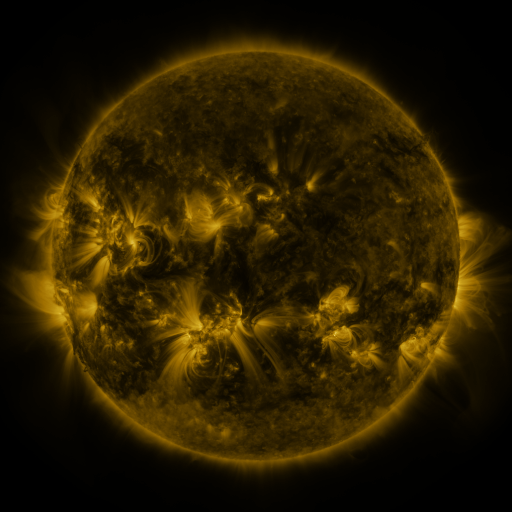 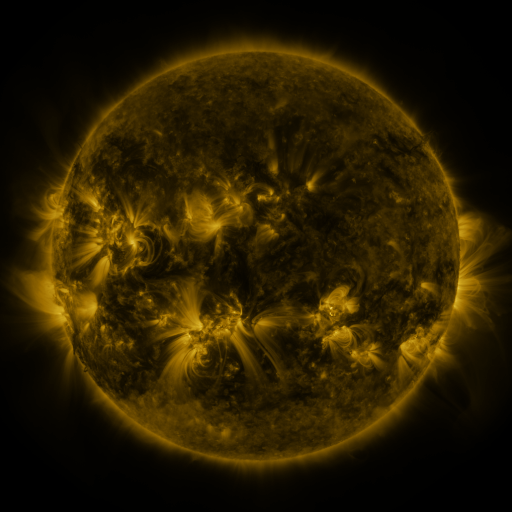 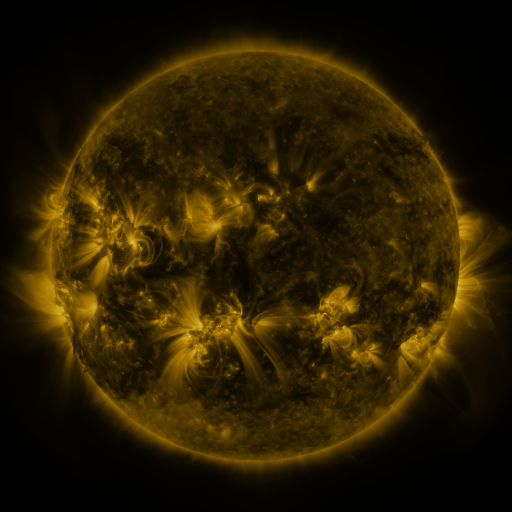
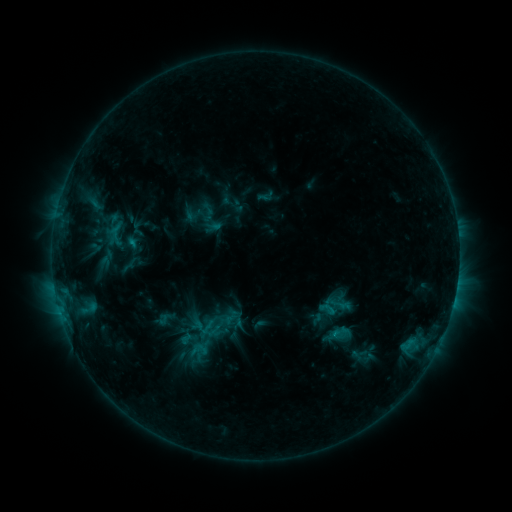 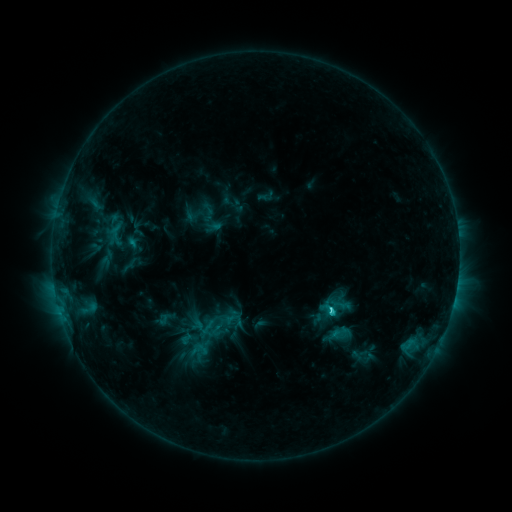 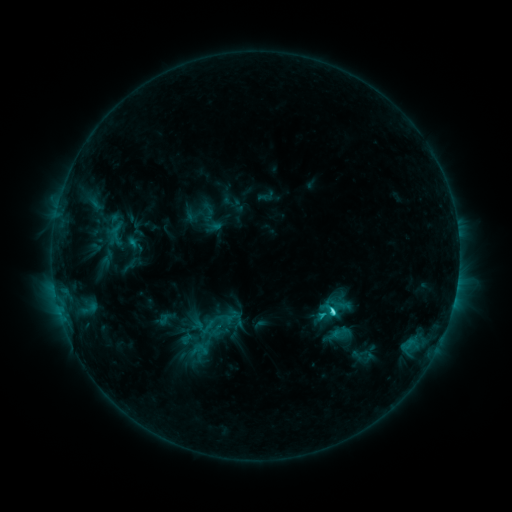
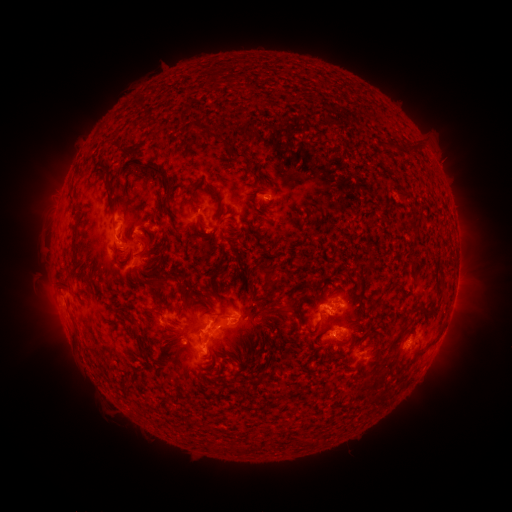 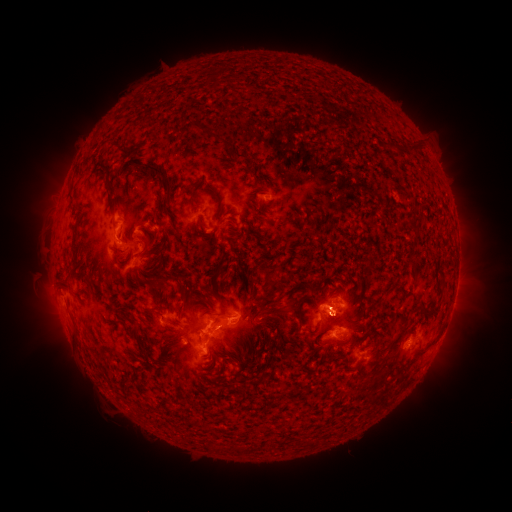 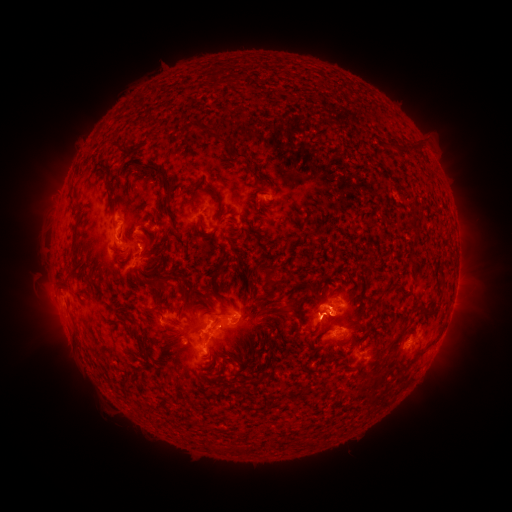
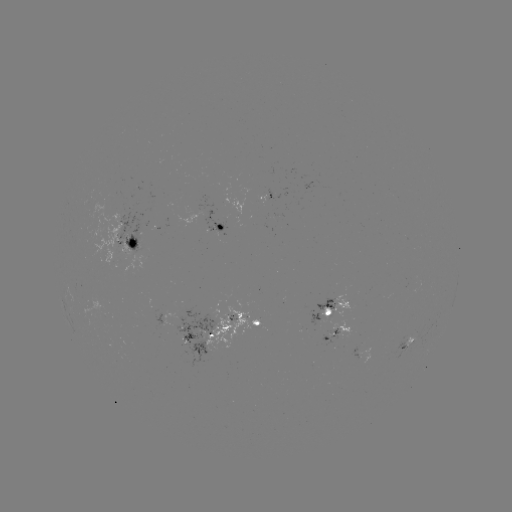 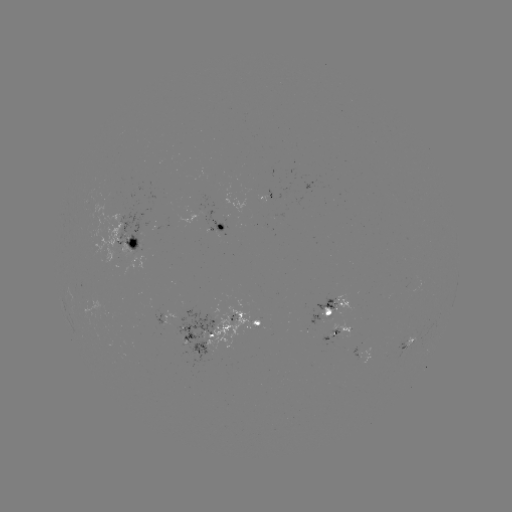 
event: flare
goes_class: C3.1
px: (330, 307)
